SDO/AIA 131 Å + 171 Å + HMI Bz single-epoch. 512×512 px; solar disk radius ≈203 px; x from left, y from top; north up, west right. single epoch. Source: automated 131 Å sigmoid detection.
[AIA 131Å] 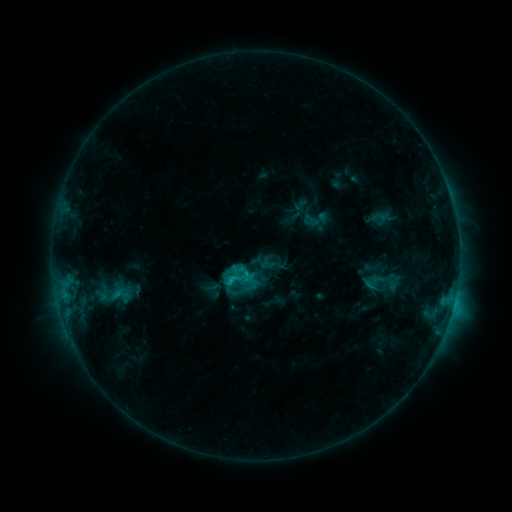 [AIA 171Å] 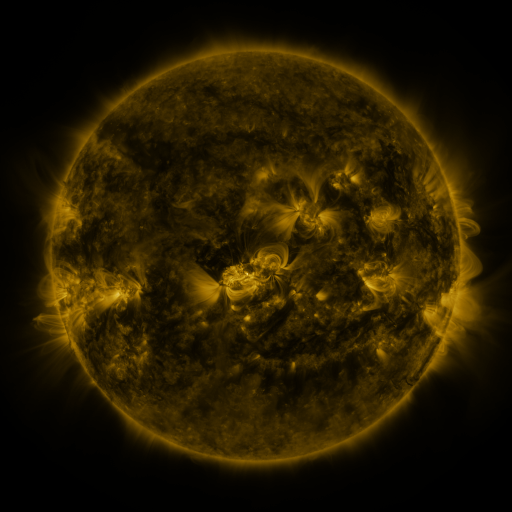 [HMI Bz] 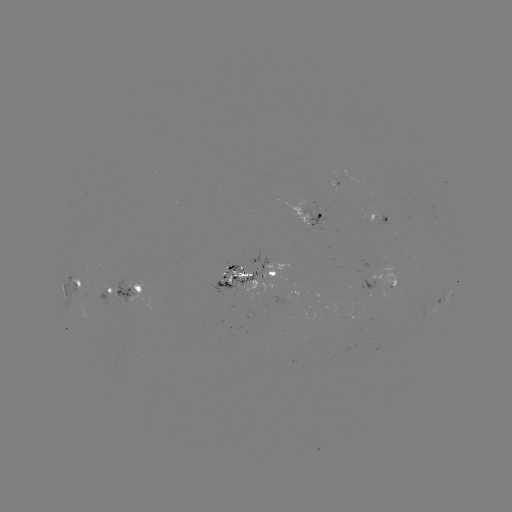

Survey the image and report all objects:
sigmoid: <bbox>302, 204, 331, 234</bbox>
sigmoid: <bbox>108, 285, 132, 303</bbox>
